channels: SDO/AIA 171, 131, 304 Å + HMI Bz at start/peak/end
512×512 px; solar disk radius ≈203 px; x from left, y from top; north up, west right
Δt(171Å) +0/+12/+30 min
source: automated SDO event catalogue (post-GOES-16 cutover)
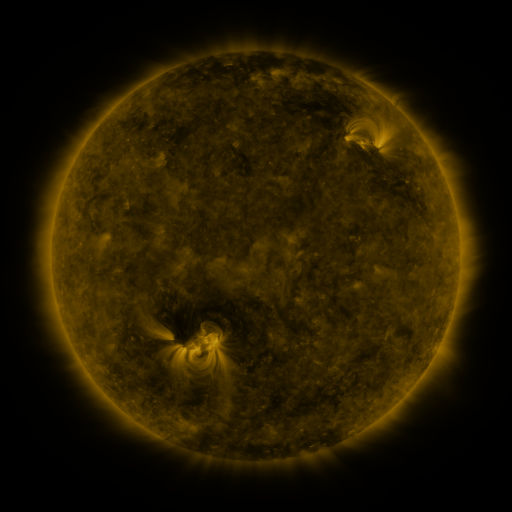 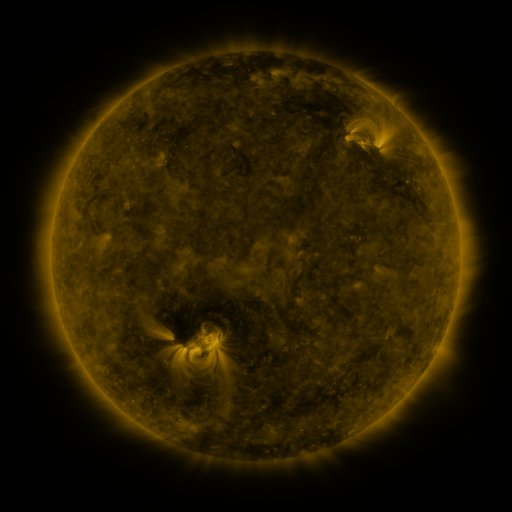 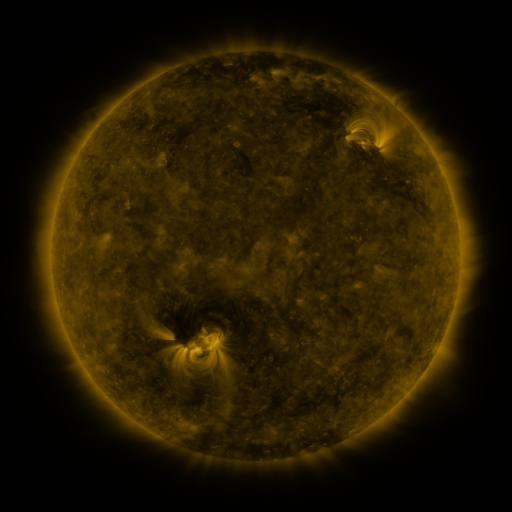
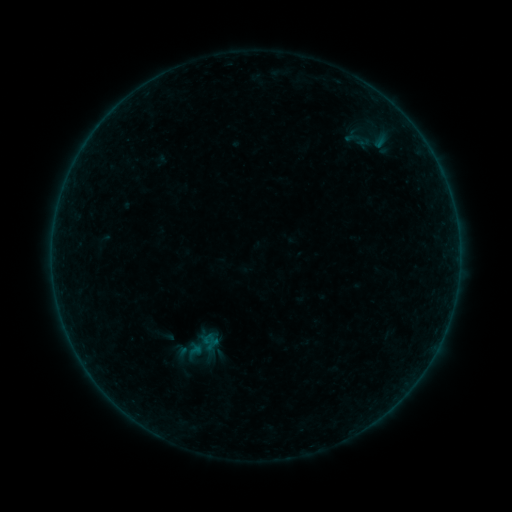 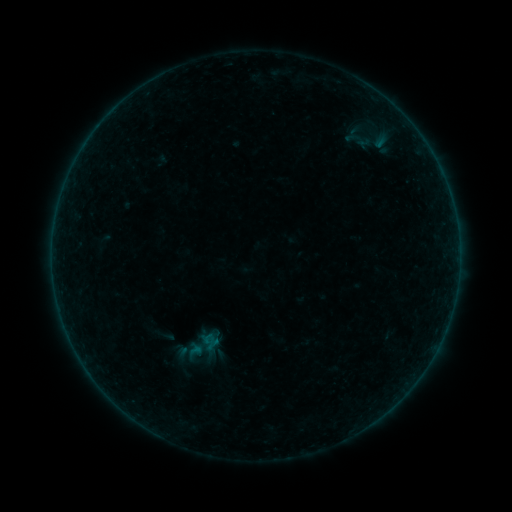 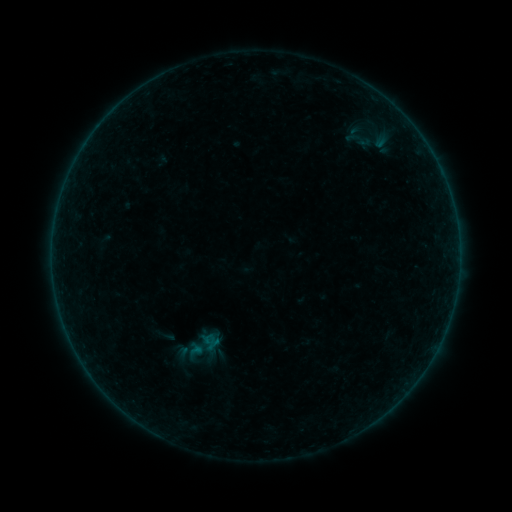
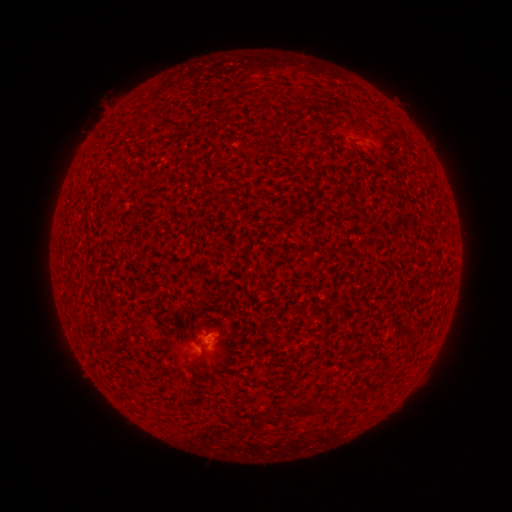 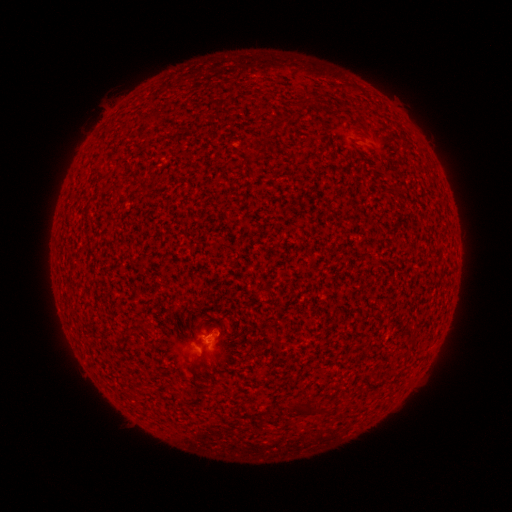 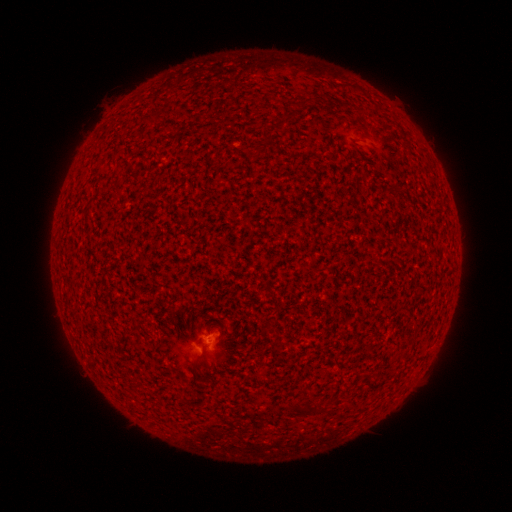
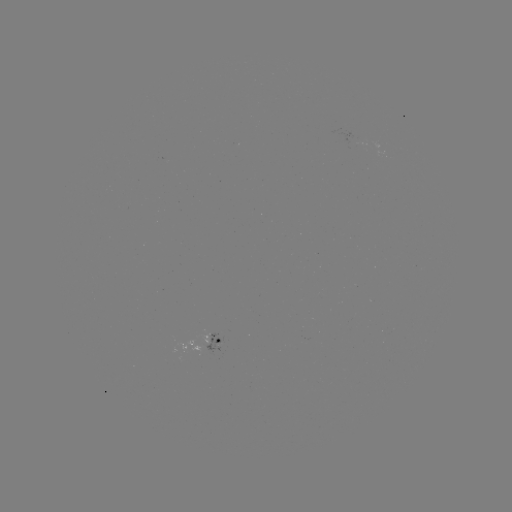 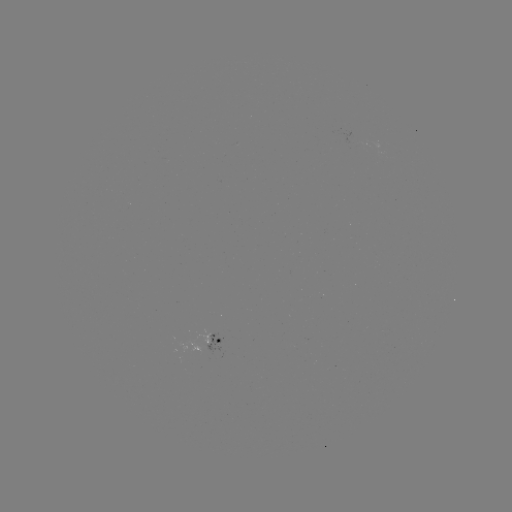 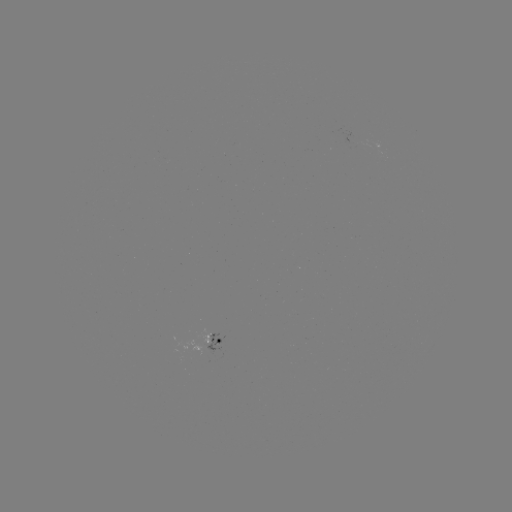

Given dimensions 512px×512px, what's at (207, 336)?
A6.1 flare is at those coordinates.